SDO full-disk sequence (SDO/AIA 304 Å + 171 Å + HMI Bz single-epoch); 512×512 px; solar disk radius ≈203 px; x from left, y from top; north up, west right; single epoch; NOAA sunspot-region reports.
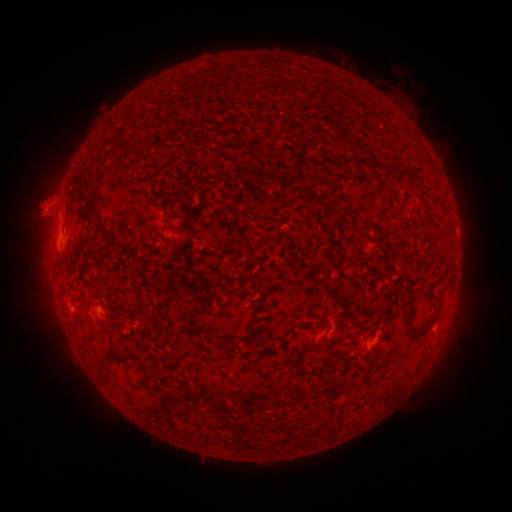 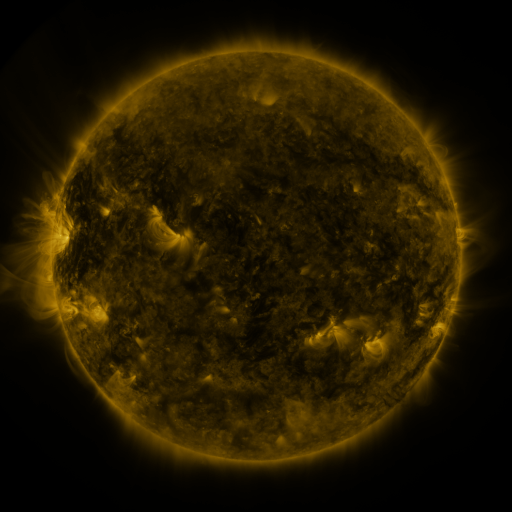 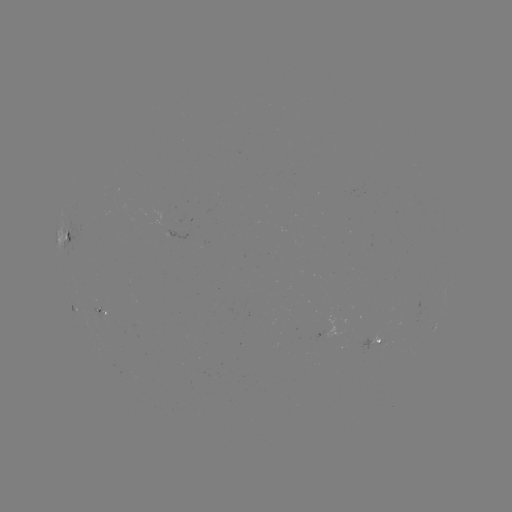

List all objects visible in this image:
spotted active region: (71, 238)
spotted active region: (105, 309)
spotted active region: (370, 342)
